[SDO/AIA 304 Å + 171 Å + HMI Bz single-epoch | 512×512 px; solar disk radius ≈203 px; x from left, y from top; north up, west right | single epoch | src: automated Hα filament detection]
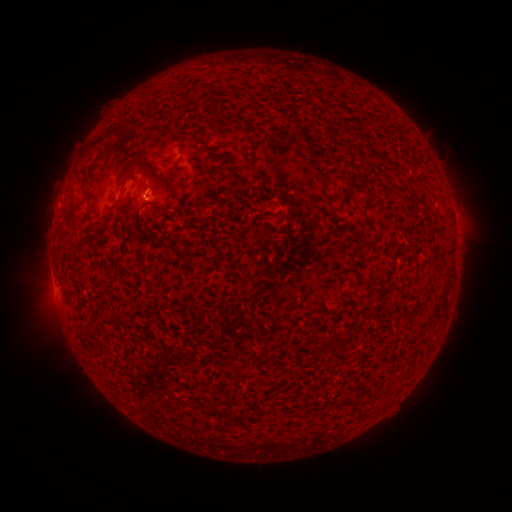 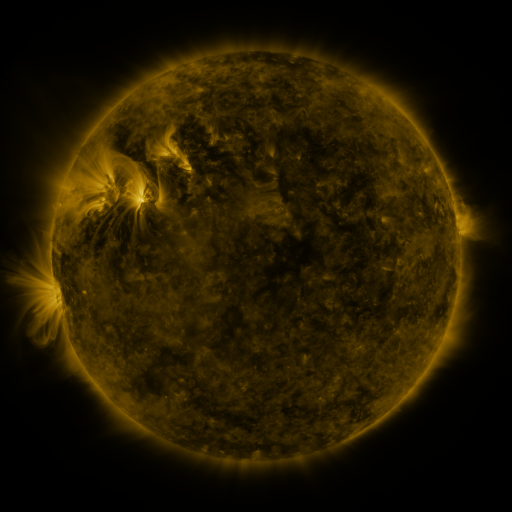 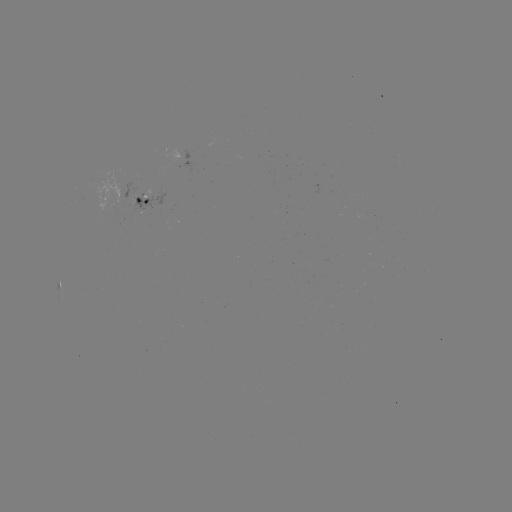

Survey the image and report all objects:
filament: (102, 137)
filament: (144, 167)
filament: (115, 203)
filament: (142, 248)
filament: (342, 340)
filament: (359, 410)
filament: (220, 411)
